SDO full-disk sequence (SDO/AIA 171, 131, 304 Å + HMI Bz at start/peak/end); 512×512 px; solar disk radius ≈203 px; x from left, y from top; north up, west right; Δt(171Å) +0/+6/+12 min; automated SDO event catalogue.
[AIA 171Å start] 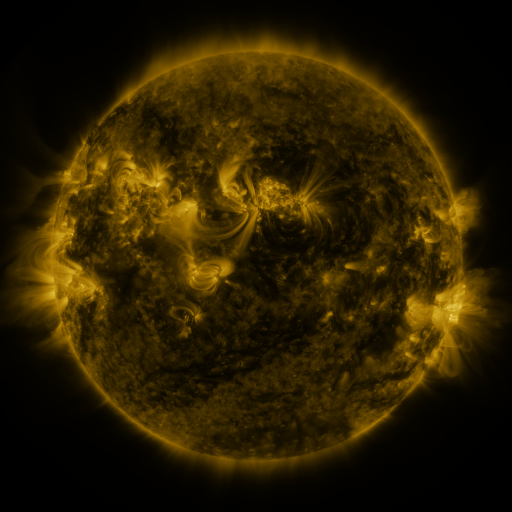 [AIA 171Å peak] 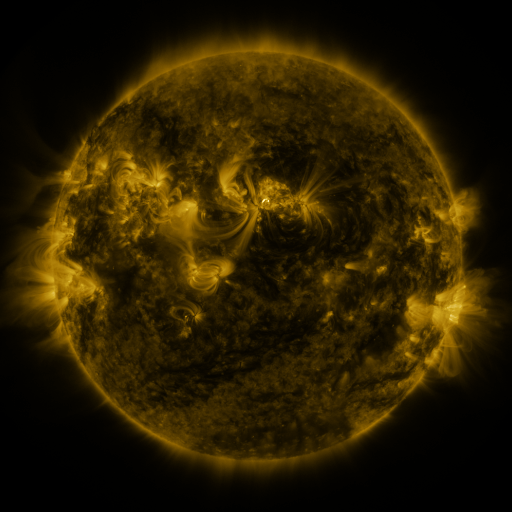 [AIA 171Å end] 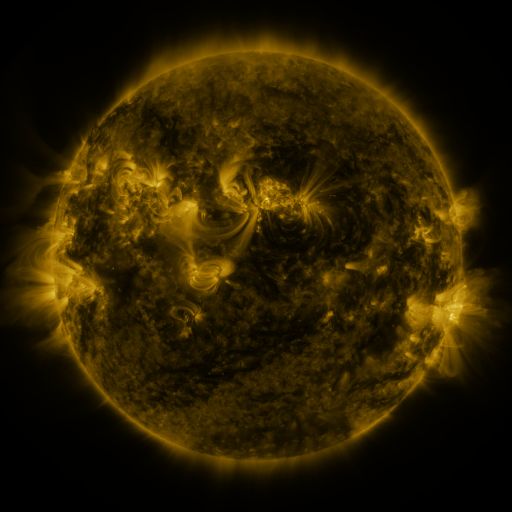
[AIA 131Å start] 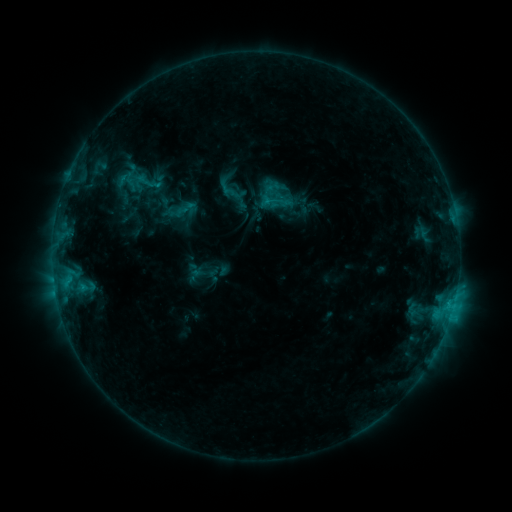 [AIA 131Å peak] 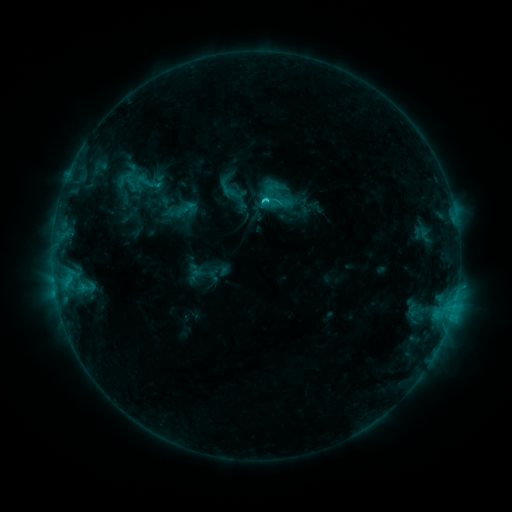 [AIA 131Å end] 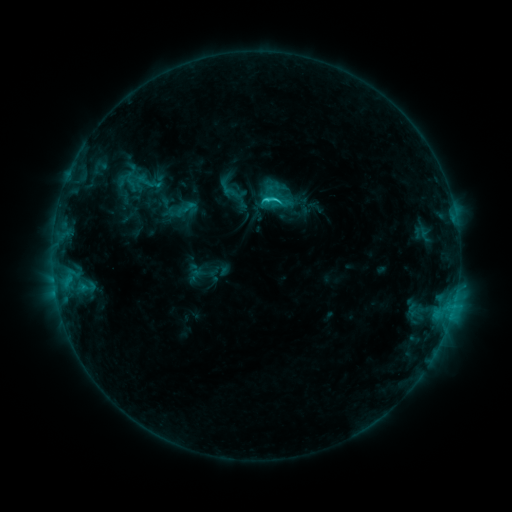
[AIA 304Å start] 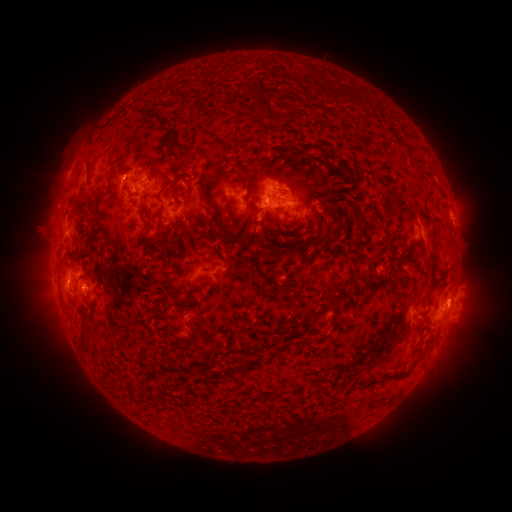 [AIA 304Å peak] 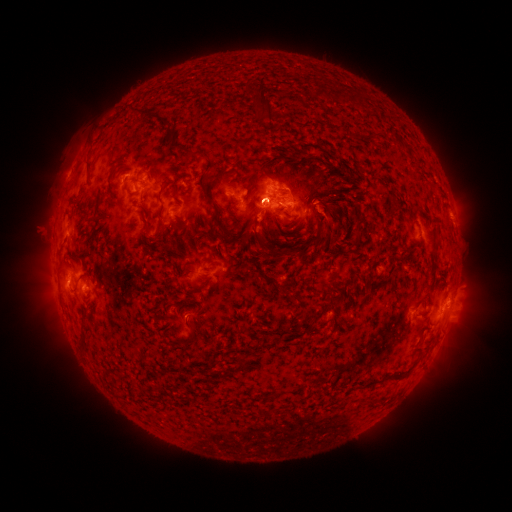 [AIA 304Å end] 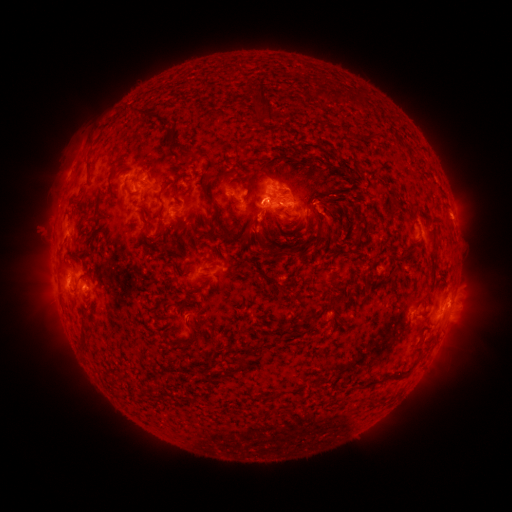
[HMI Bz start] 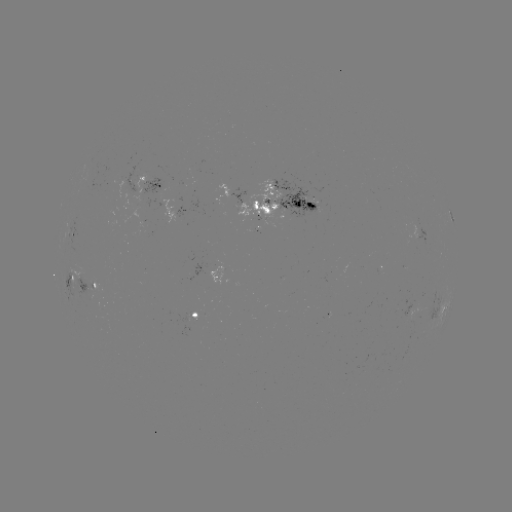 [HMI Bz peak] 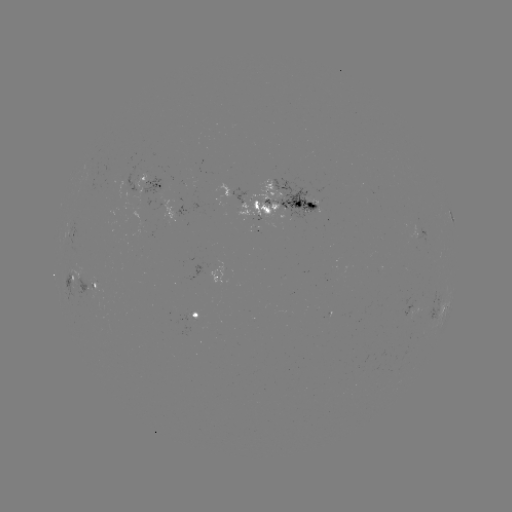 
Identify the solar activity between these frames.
C2.2 flare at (262, 203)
